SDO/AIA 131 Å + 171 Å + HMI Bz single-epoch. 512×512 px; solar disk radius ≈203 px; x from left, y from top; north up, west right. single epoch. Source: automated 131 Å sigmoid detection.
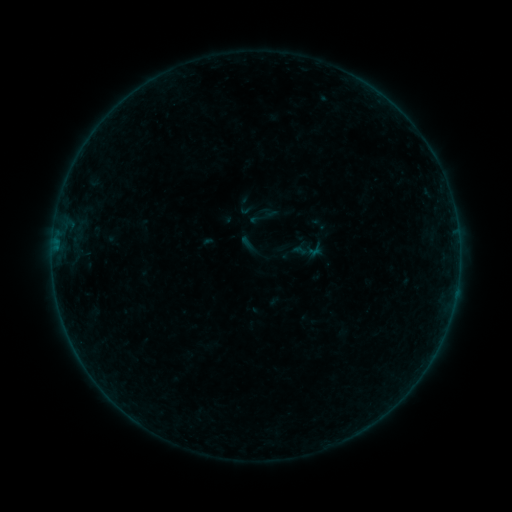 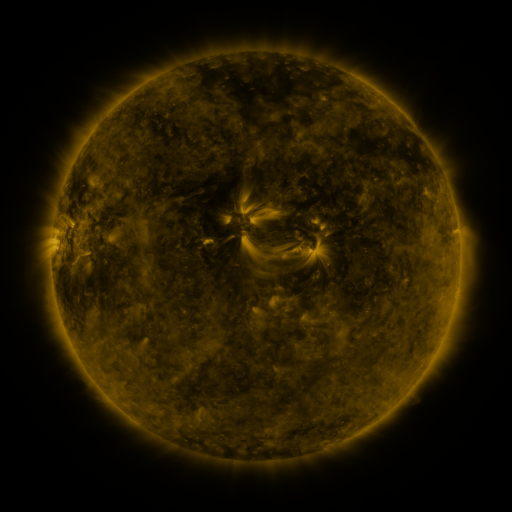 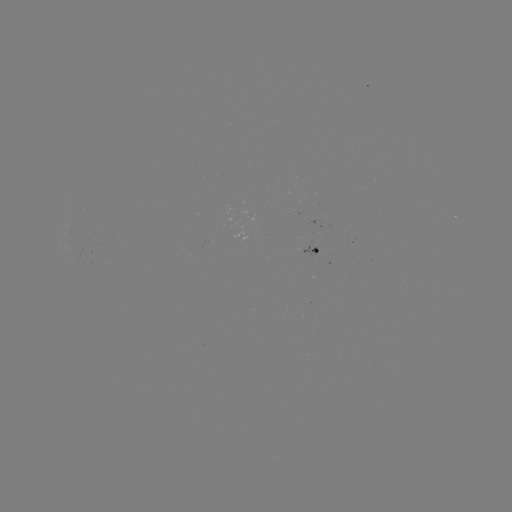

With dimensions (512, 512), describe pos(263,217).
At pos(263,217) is sigmoid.